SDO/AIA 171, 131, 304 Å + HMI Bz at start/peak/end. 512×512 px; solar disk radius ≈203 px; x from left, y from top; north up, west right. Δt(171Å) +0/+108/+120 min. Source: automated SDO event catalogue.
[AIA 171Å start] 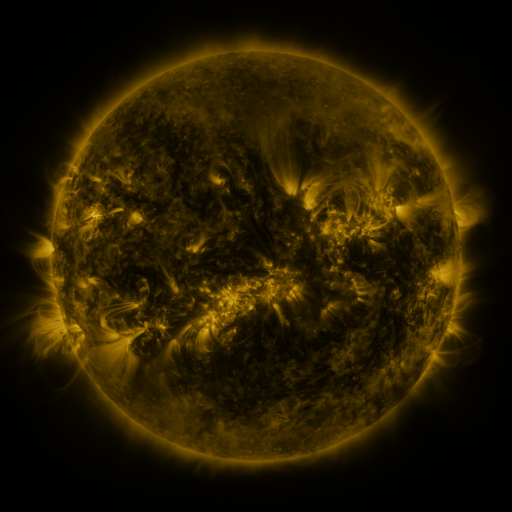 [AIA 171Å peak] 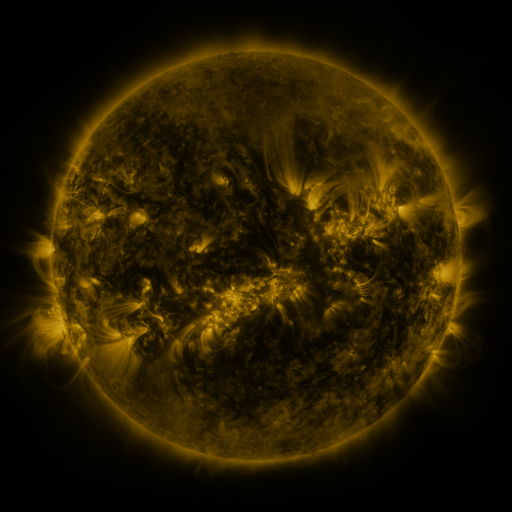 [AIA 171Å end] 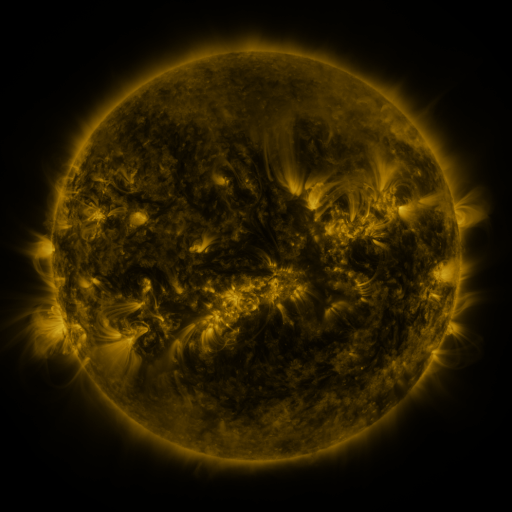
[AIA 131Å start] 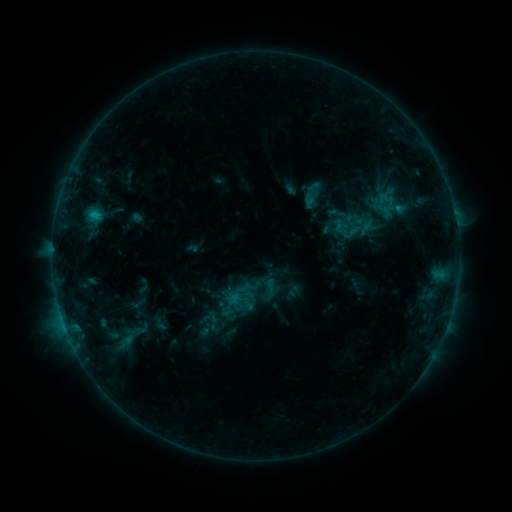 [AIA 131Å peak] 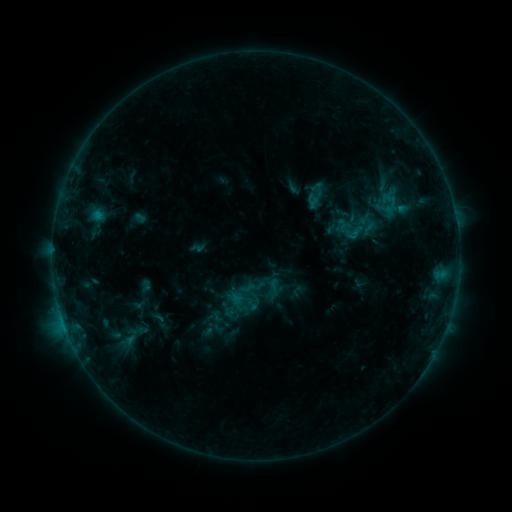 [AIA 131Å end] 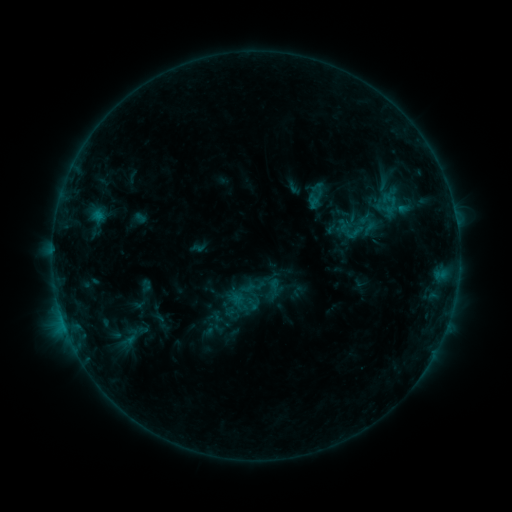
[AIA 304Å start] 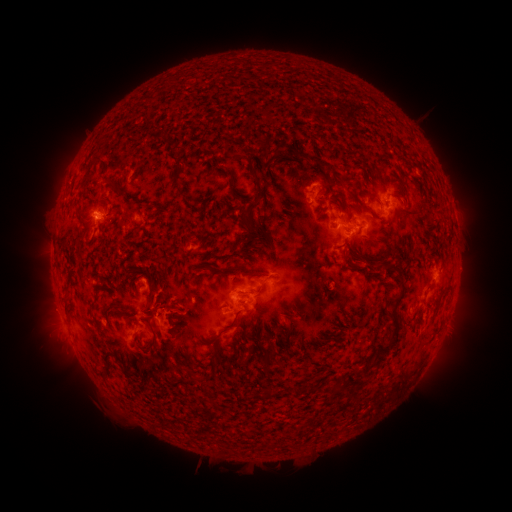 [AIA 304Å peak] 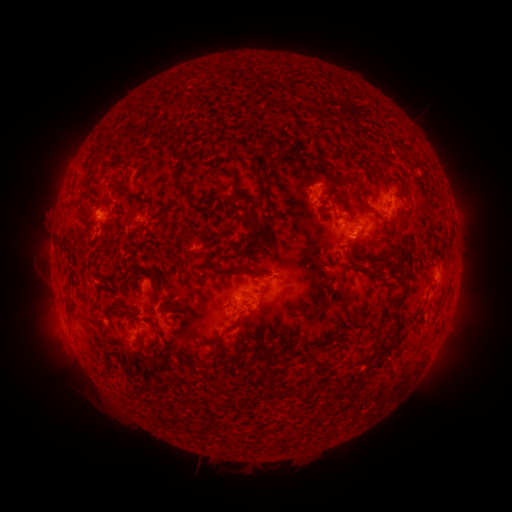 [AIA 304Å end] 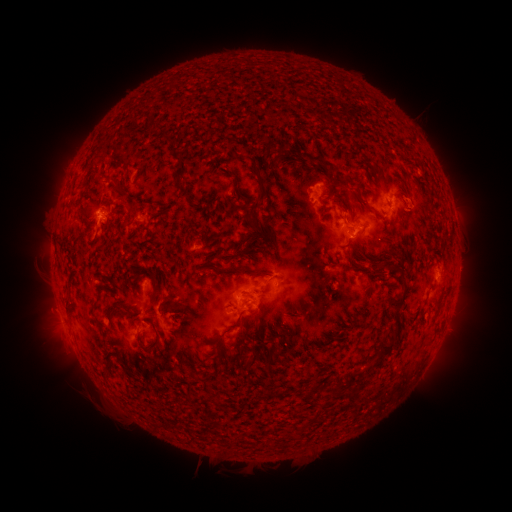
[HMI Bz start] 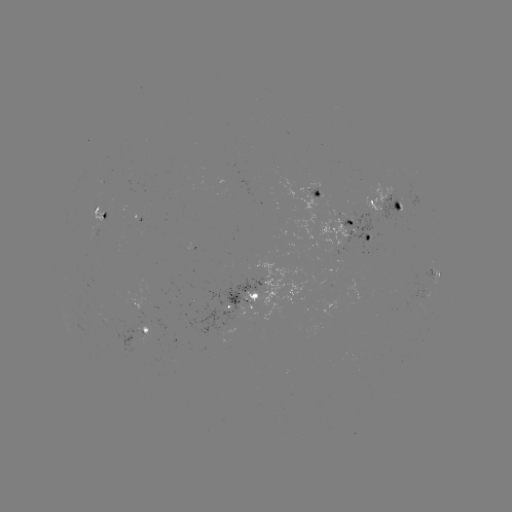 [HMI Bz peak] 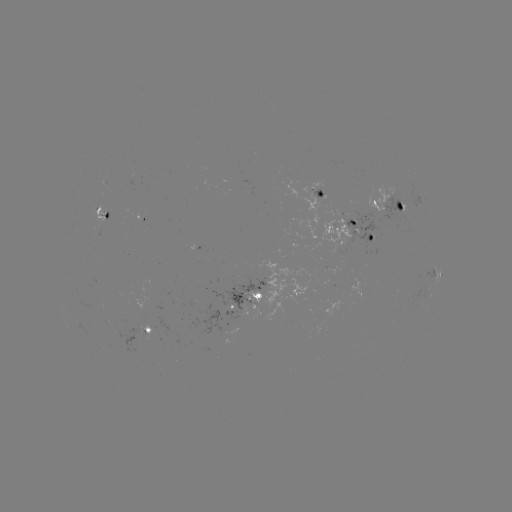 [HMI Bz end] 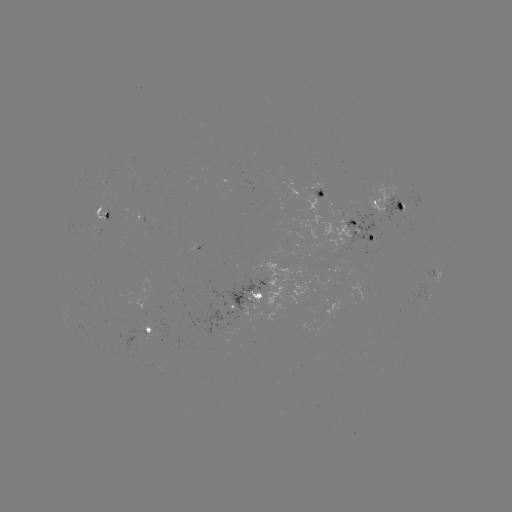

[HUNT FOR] emerging-flux region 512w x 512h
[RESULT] [388, 195]